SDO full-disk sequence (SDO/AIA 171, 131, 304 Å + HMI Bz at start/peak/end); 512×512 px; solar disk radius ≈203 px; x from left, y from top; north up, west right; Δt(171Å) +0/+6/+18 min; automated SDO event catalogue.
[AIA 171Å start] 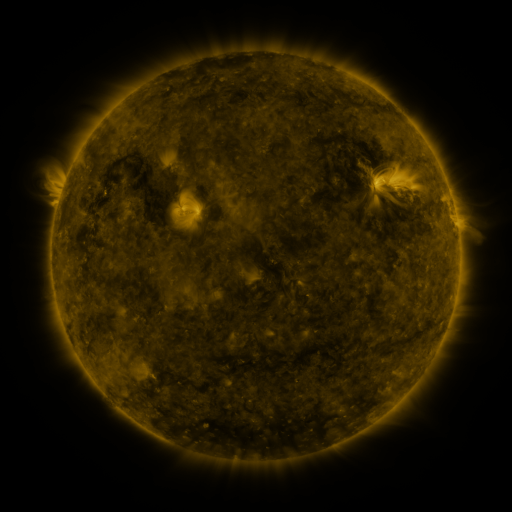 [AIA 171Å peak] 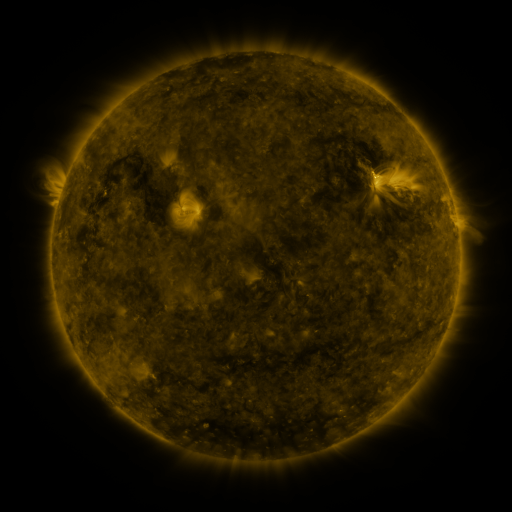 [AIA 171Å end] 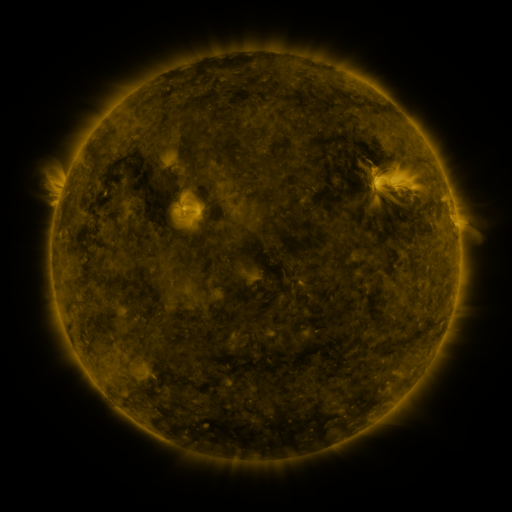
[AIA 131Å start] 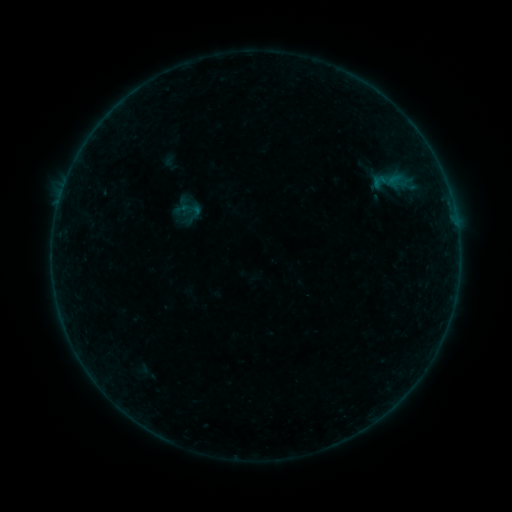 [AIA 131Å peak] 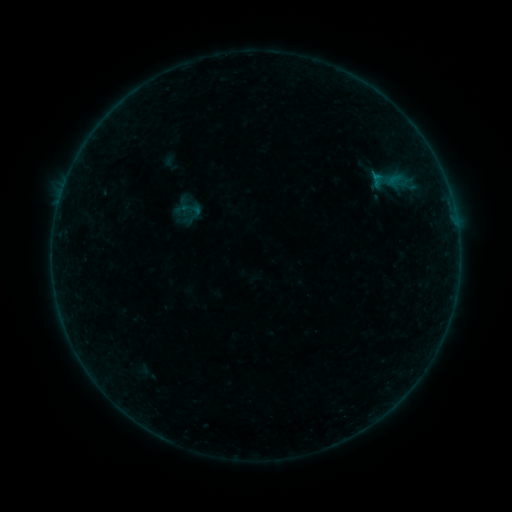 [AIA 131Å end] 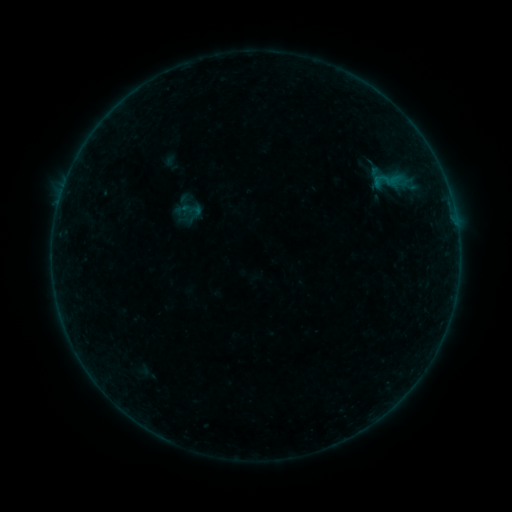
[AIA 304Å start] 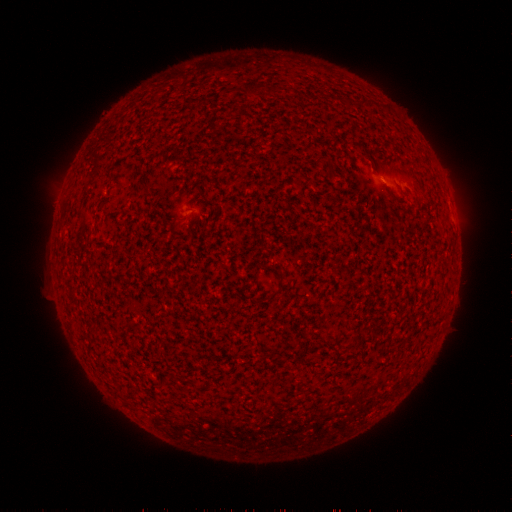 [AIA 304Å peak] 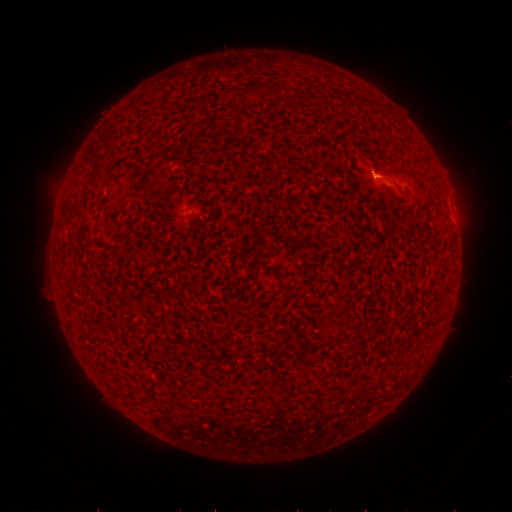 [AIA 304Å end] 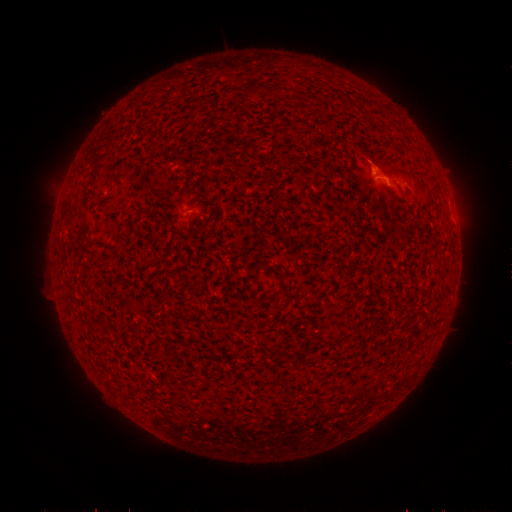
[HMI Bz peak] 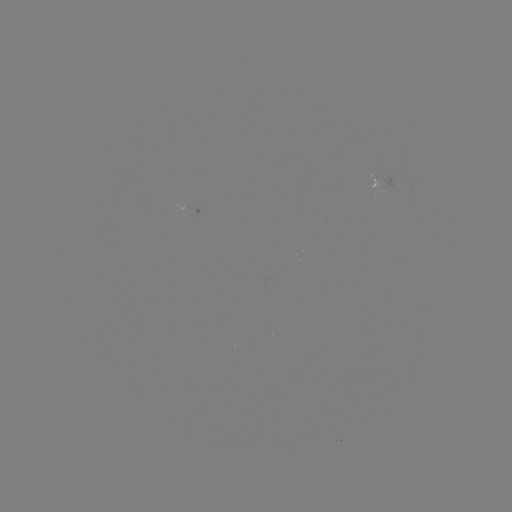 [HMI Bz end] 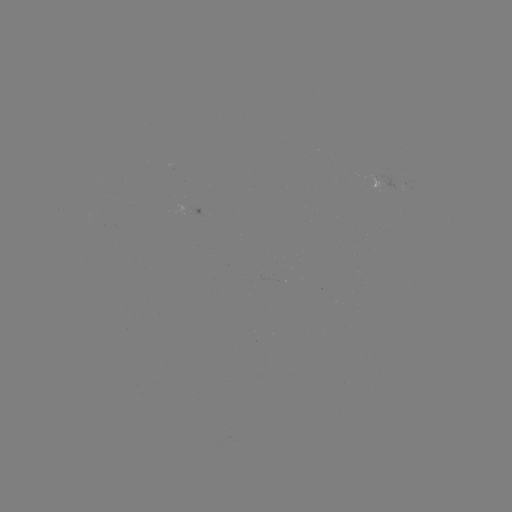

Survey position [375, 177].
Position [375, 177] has B1.5 flare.